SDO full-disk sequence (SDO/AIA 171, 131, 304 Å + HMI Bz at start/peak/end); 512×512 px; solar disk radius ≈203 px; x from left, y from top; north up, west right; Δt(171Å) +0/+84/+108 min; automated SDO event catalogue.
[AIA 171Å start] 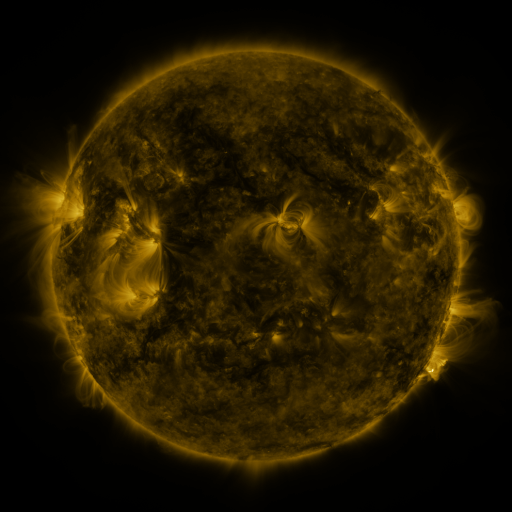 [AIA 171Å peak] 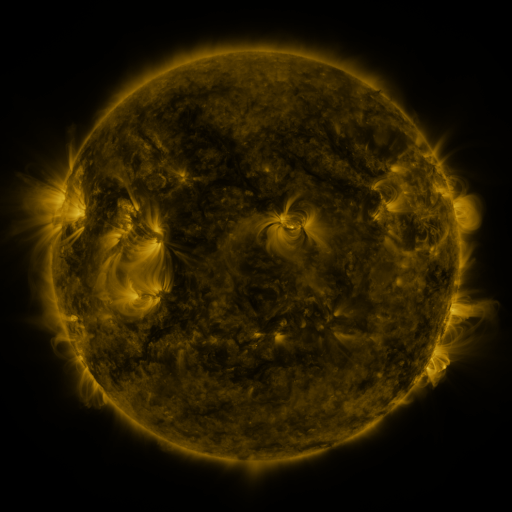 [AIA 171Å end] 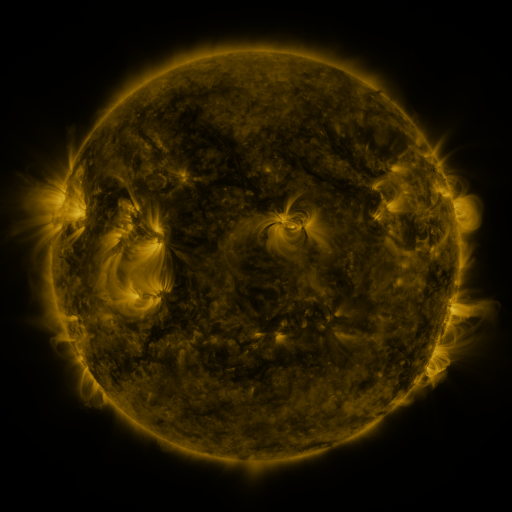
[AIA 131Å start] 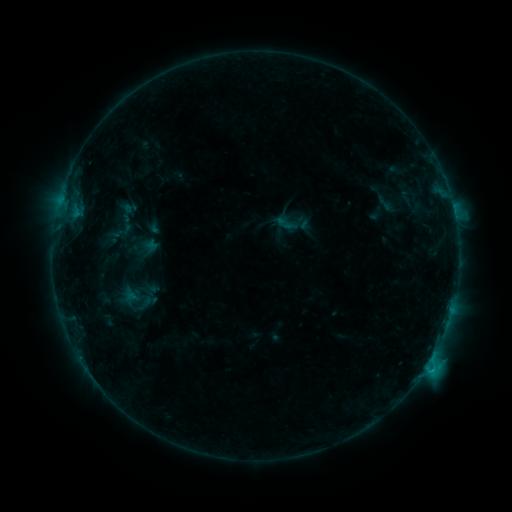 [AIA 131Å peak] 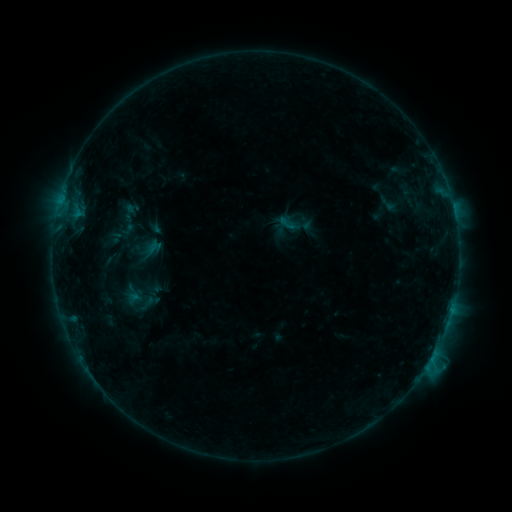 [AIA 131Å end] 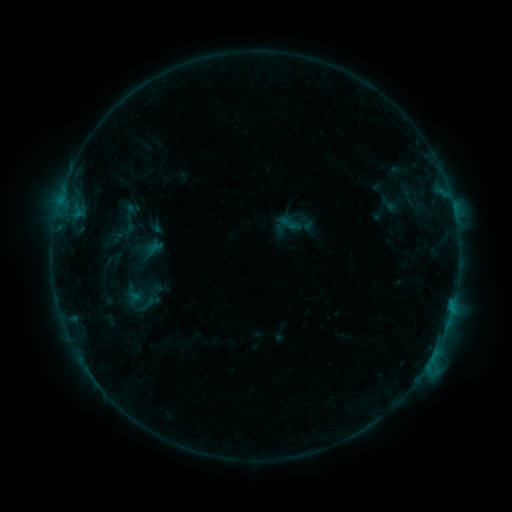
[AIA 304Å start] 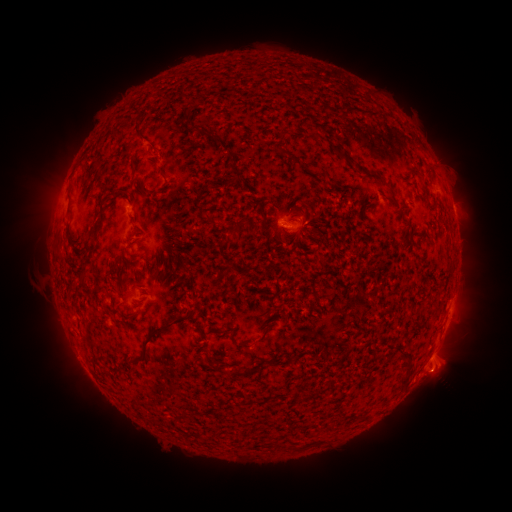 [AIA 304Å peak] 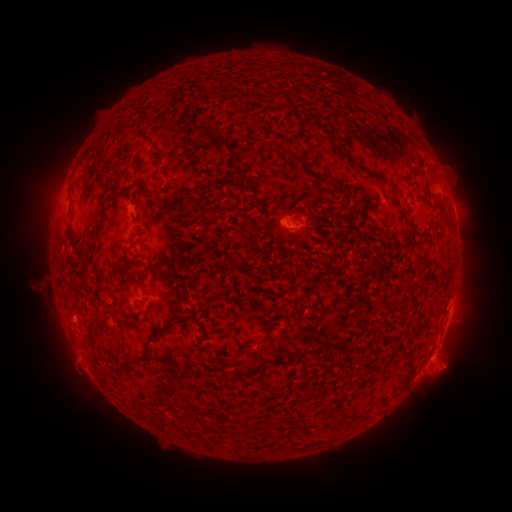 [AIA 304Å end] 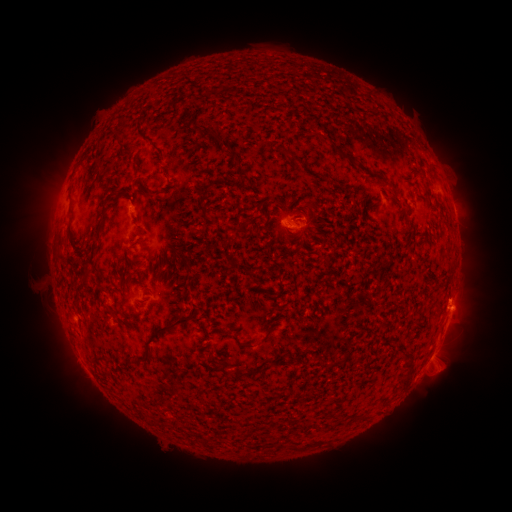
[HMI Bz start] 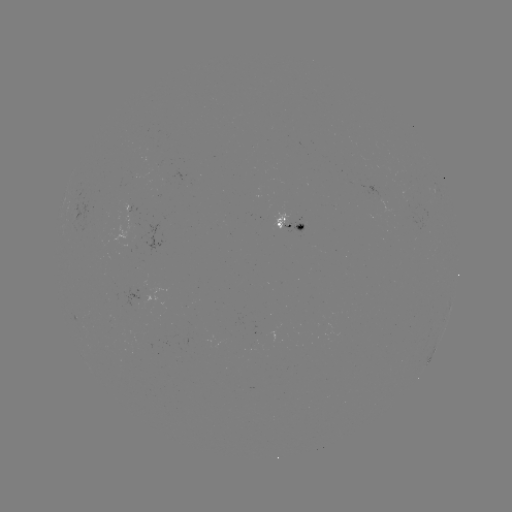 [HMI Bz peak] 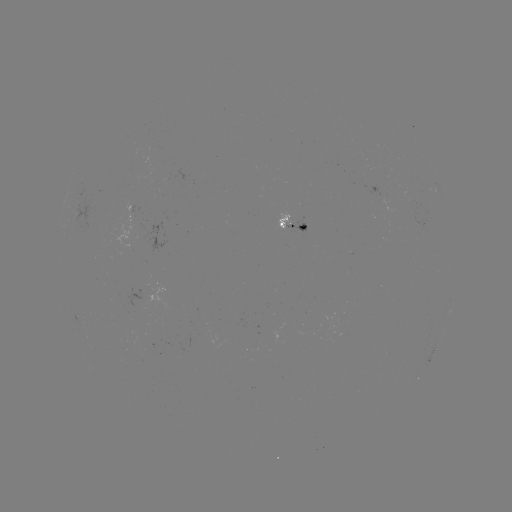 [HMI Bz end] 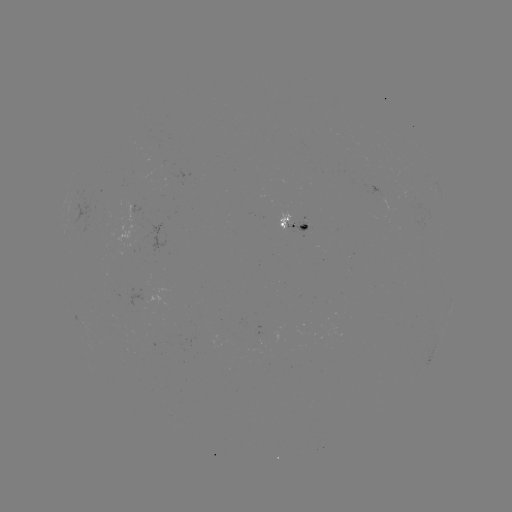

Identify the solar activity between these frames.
emerging-flux region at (141, 289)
